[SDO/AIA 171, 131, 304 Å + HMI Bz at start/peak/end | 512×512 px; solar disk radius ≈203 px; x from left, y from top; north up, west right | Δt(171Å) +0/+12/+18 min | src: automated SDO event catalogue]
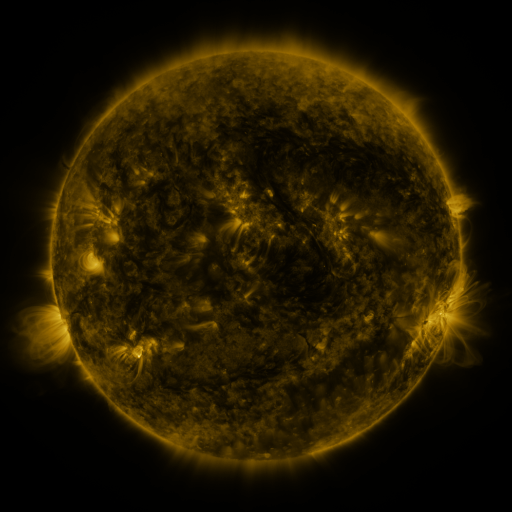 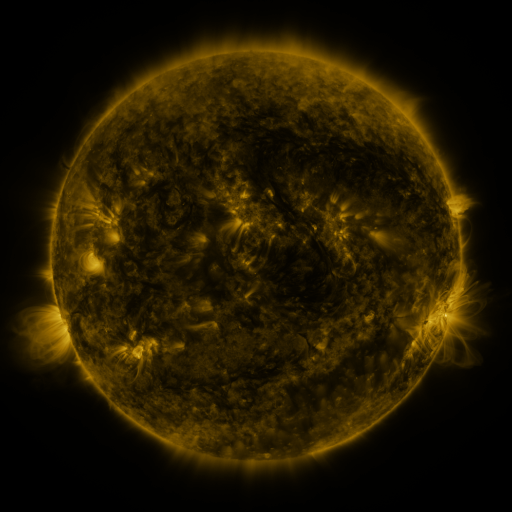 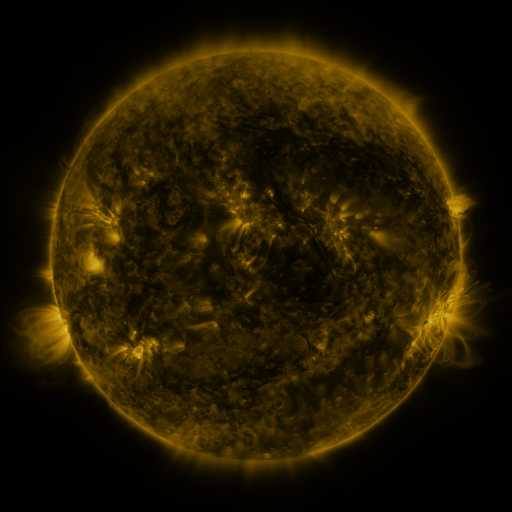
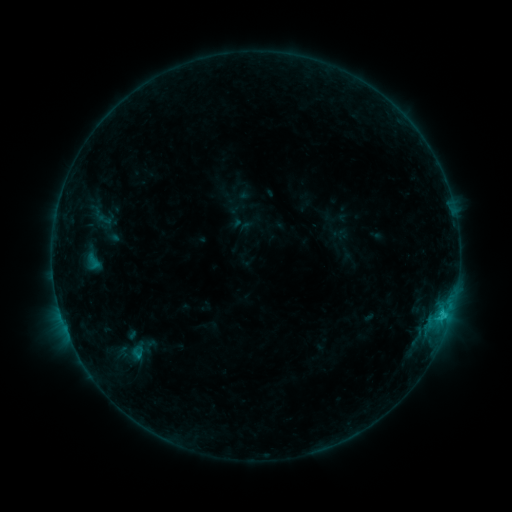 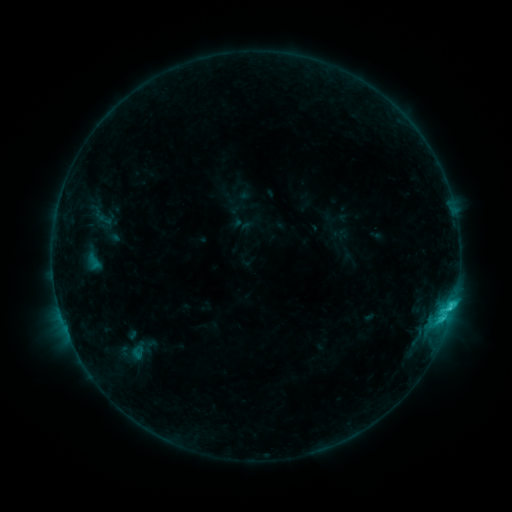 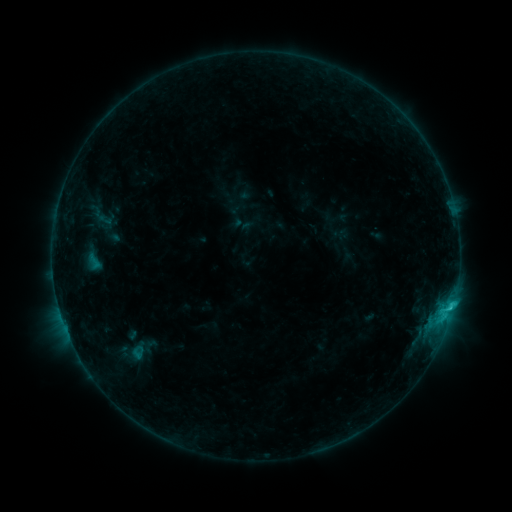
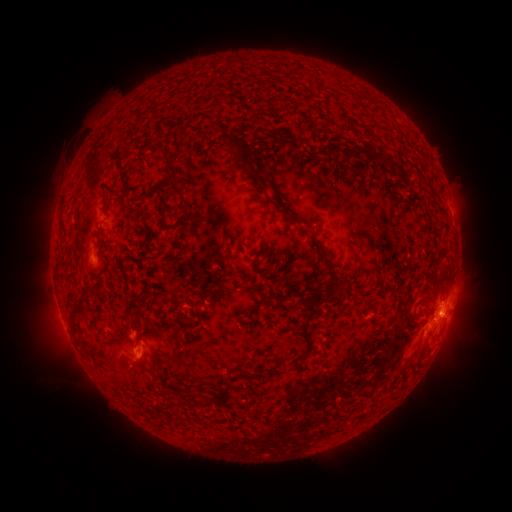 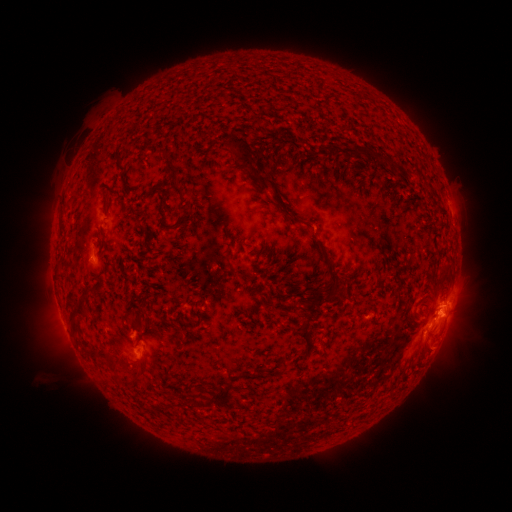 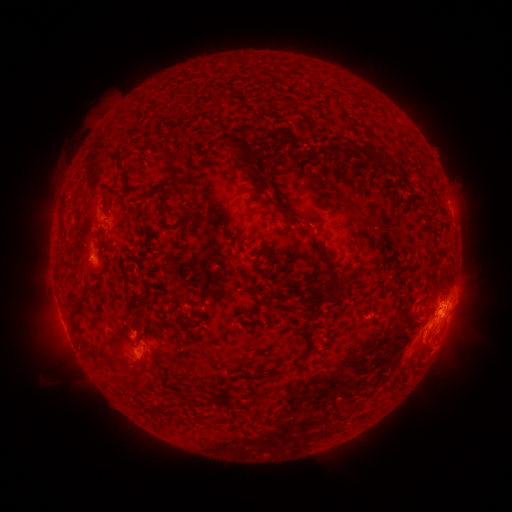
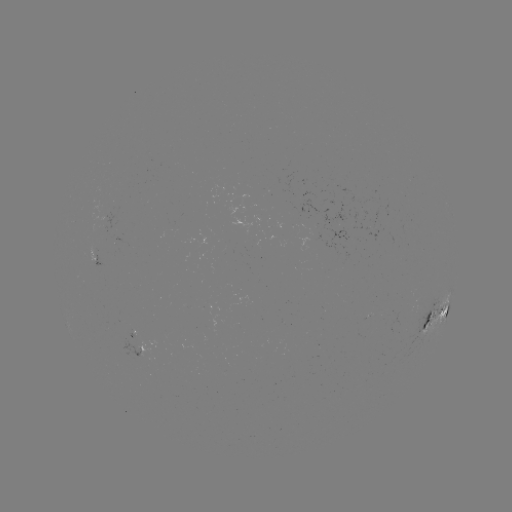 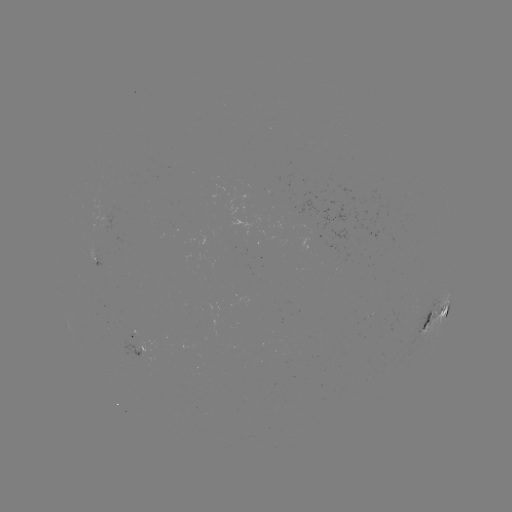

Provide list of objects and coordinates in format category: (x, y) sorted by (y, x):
C2.1 flare: (449, 306)
